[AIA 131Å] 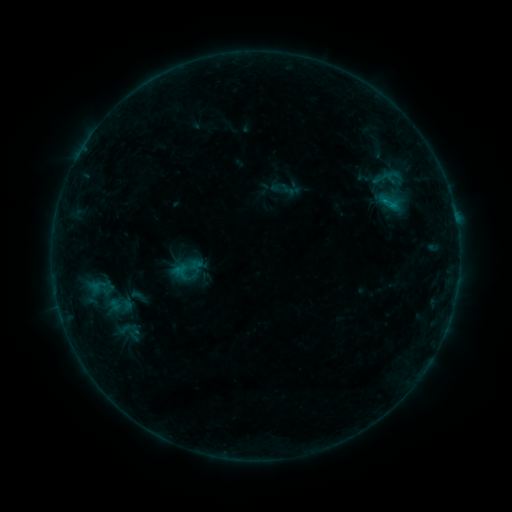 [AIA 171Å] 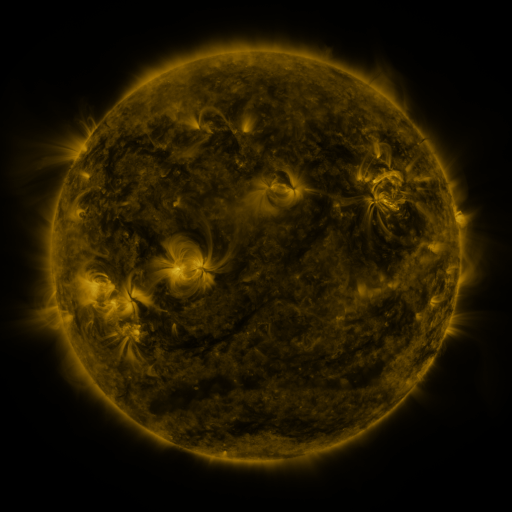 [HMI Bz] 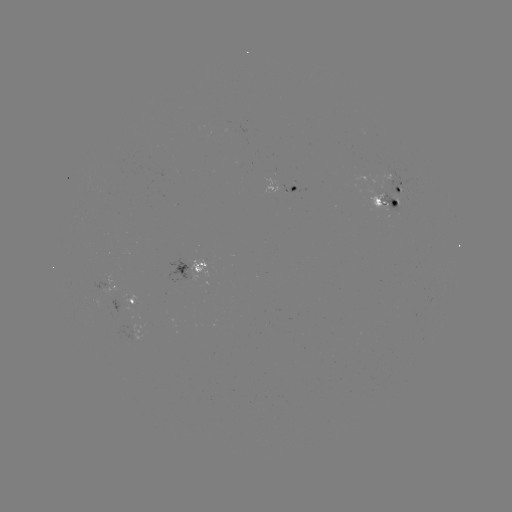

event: sigmoid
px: (186, 268)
